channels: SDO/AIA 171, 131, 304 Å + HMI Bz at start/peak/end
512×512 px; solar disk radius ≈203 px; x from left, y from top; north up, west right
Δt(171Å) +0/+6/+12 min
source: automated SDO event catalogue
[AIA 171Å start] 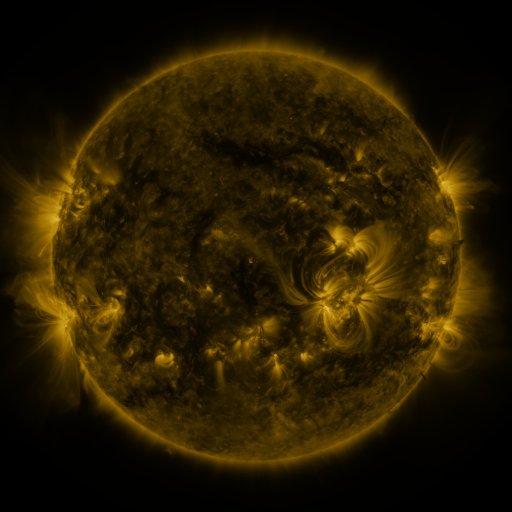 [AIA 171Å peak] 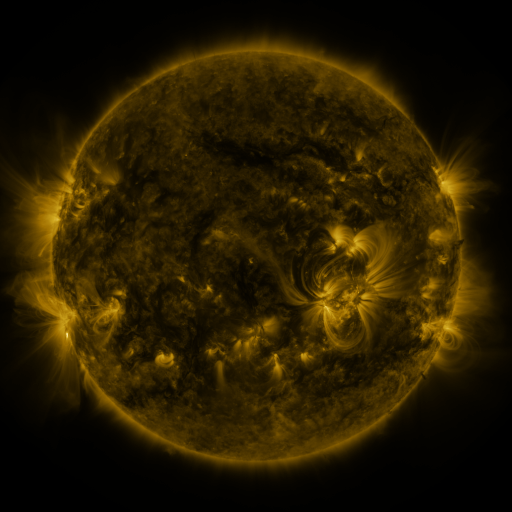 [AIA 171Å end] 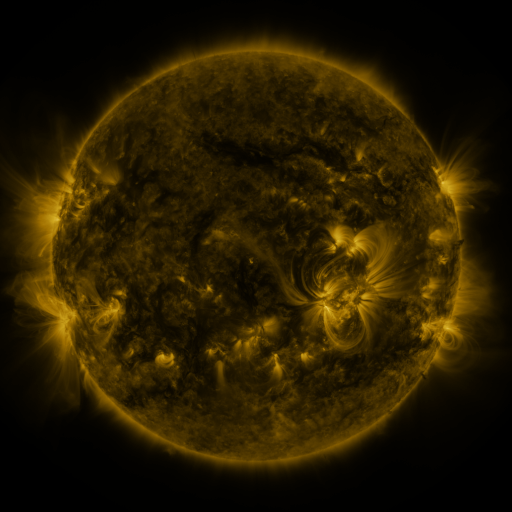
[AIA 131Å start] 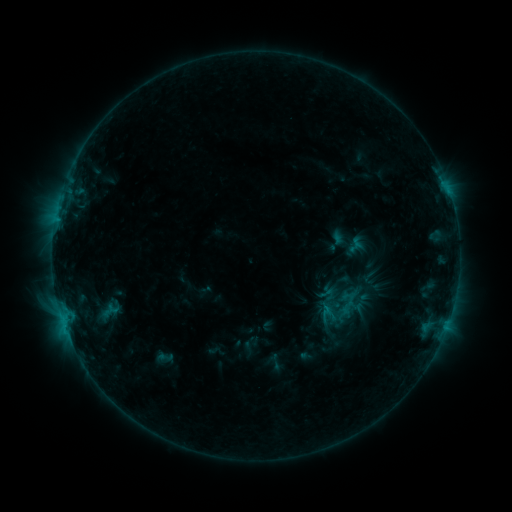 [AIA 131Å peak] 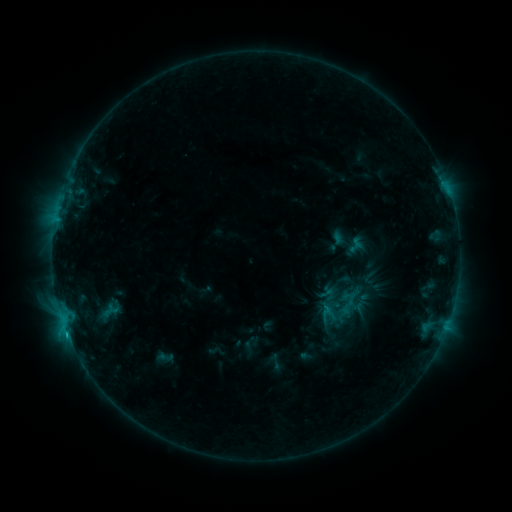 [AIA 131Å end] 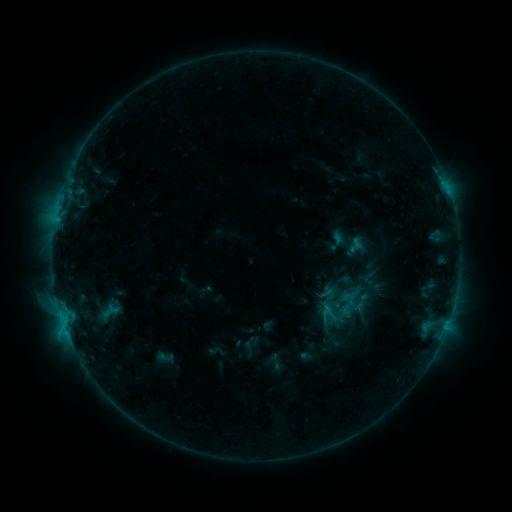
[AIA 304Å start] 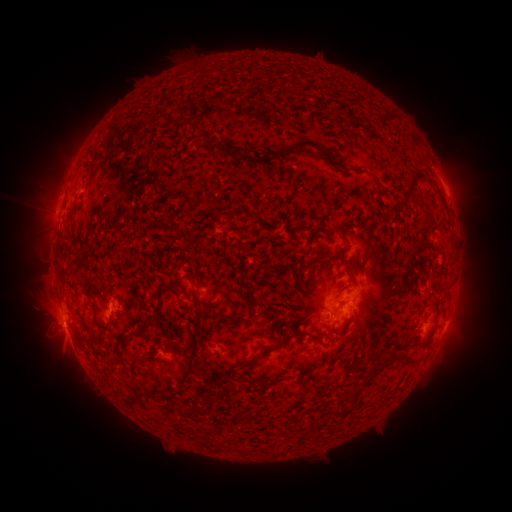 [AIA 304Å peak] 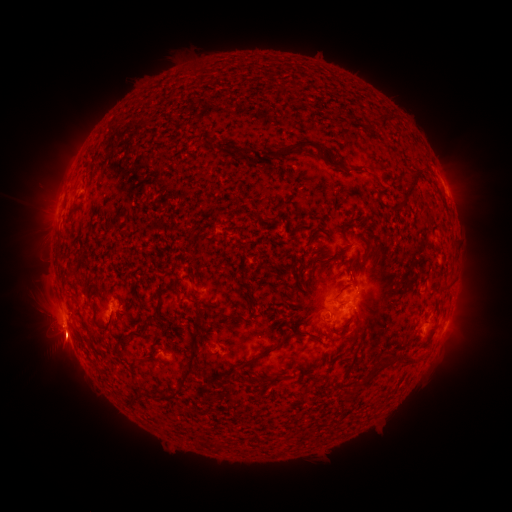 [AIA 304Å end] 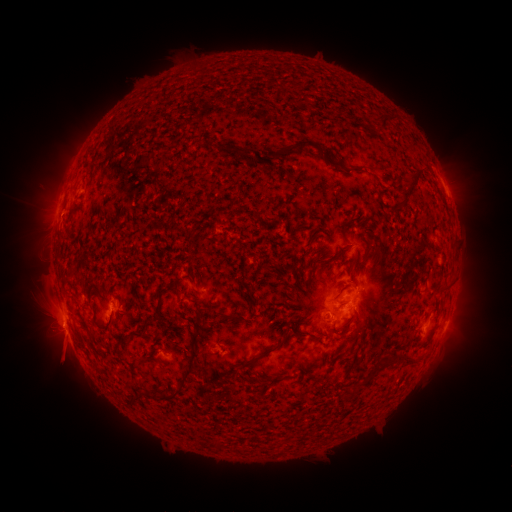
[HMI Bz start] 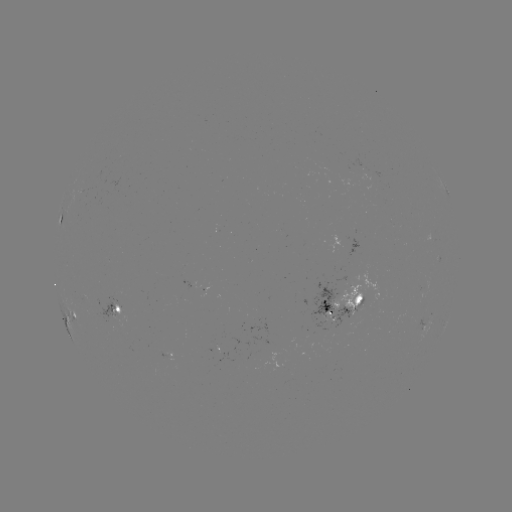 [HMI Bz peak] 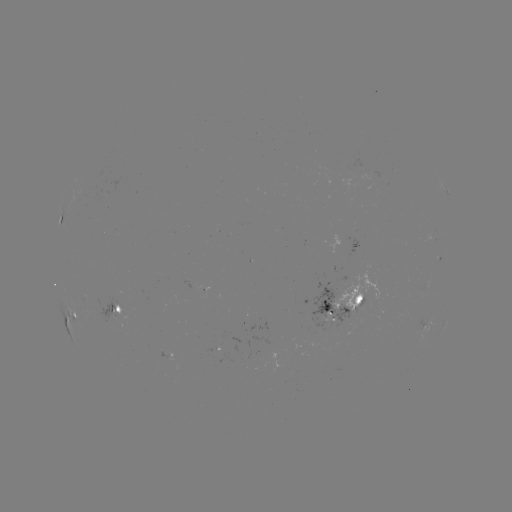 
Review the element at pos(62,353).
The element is eruption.